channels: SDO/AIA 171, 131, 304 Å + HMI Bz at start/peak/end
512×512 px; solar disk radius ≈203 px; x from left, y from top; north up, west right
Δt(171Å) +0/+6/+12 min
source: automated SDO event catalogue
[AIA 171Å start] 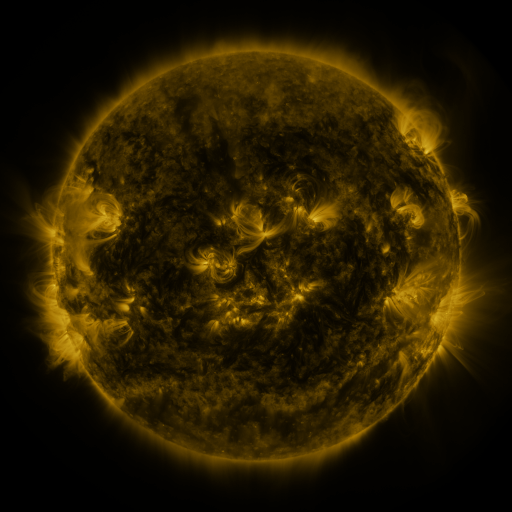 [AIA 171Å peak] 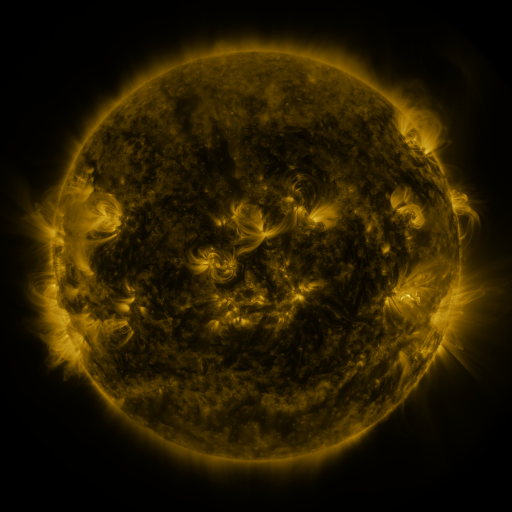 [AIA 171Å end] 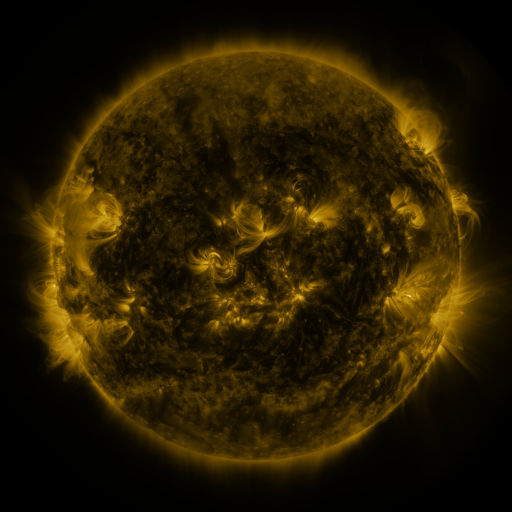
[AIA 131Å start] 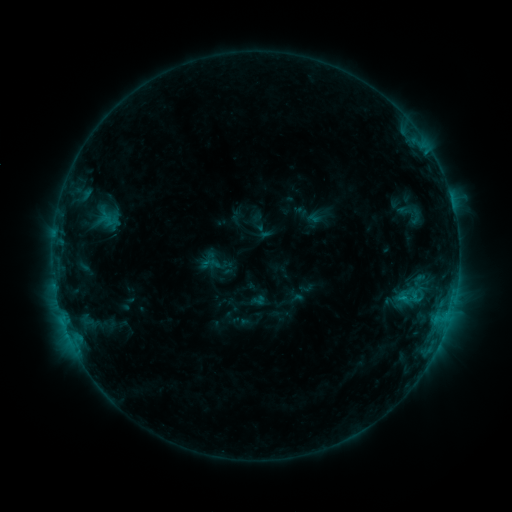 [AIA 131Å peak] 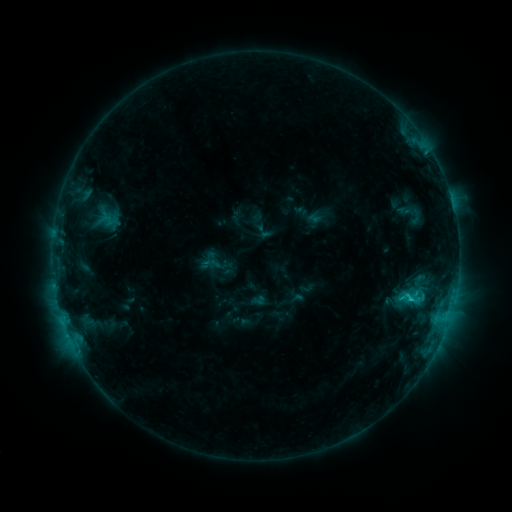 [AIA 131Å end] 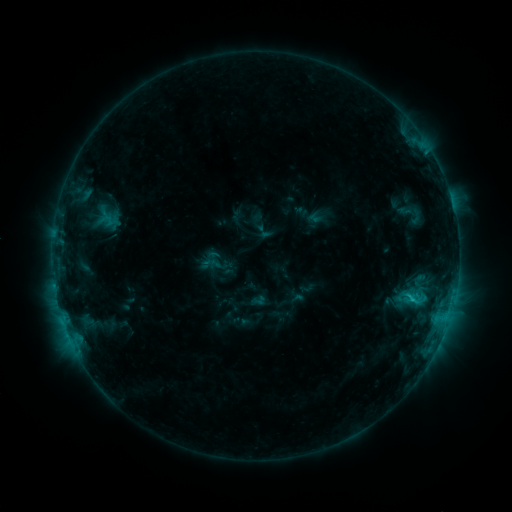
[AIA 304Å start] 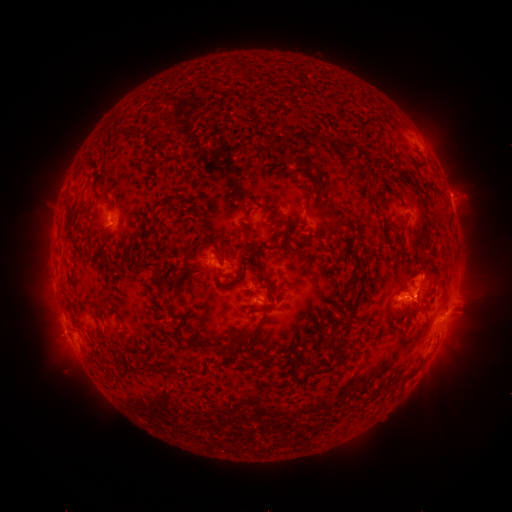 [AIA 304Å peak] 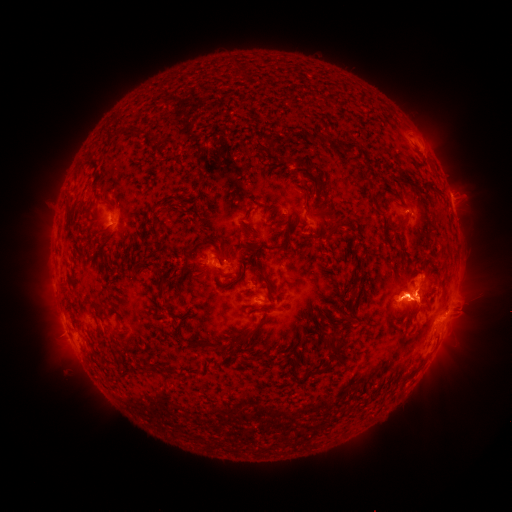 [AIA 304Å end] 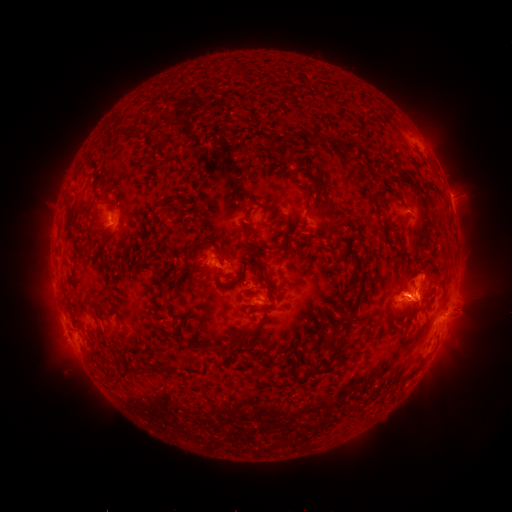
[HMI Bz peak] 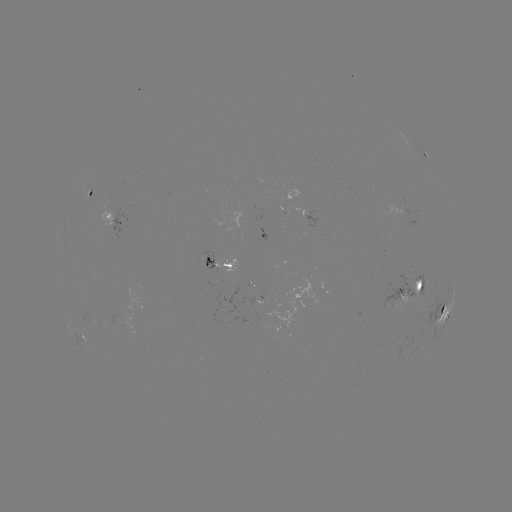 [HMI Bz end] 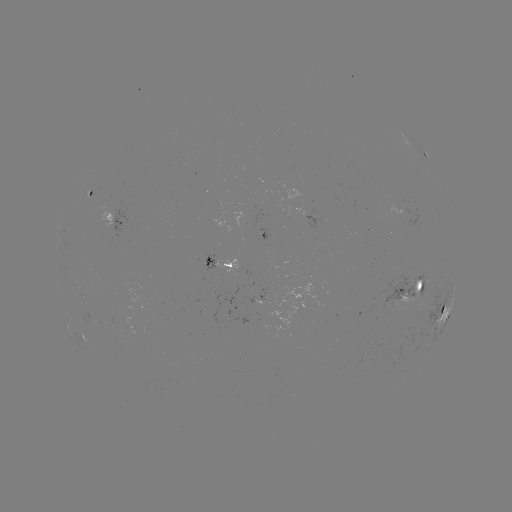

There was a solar eruption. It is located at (469, 301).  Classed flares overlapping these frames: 1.